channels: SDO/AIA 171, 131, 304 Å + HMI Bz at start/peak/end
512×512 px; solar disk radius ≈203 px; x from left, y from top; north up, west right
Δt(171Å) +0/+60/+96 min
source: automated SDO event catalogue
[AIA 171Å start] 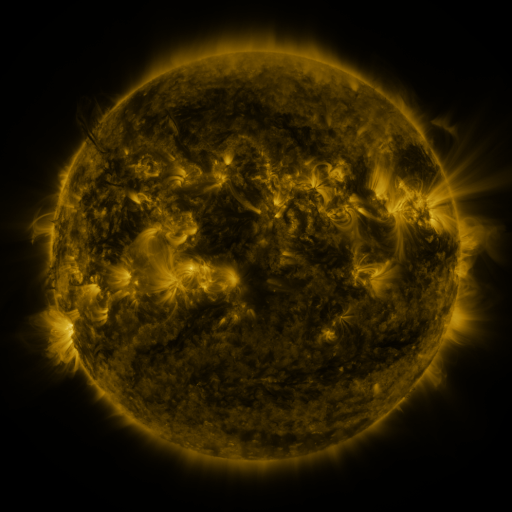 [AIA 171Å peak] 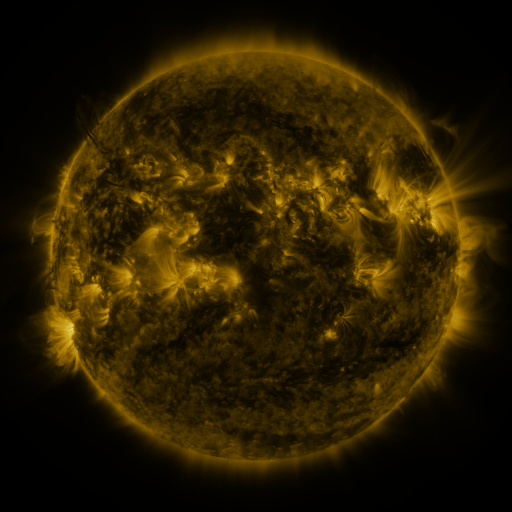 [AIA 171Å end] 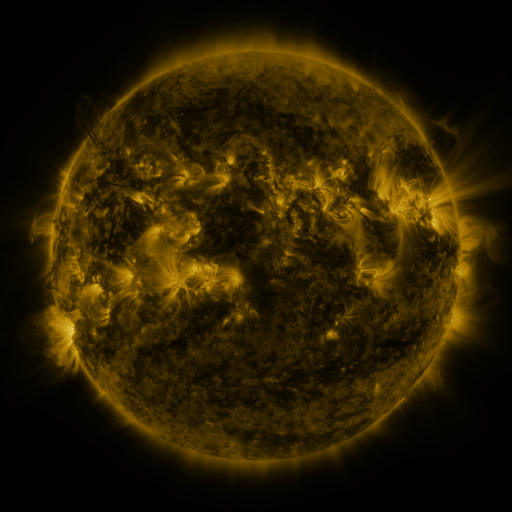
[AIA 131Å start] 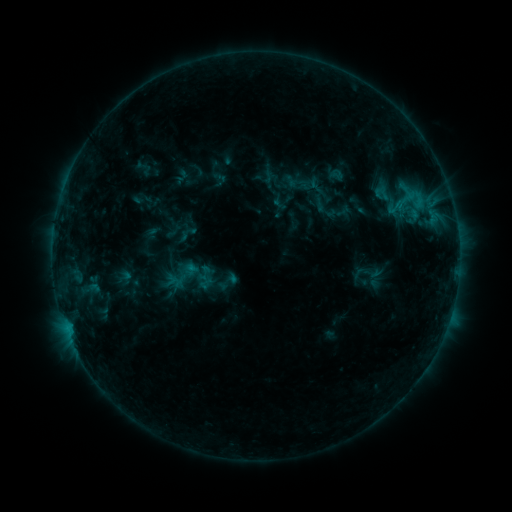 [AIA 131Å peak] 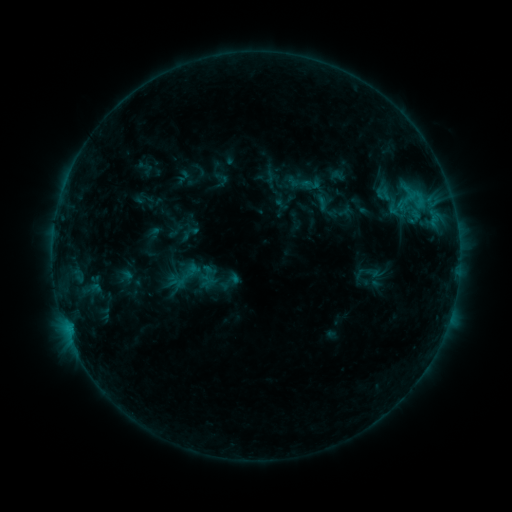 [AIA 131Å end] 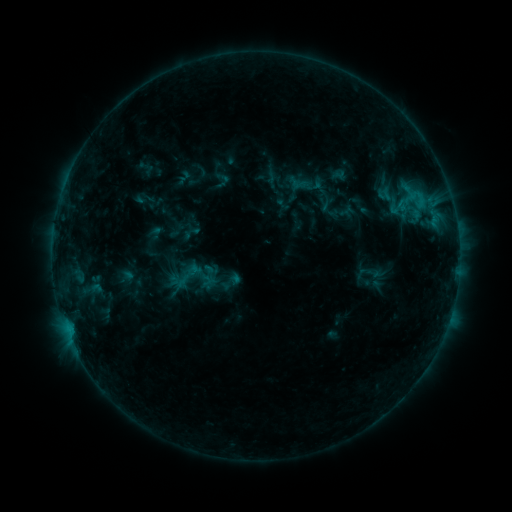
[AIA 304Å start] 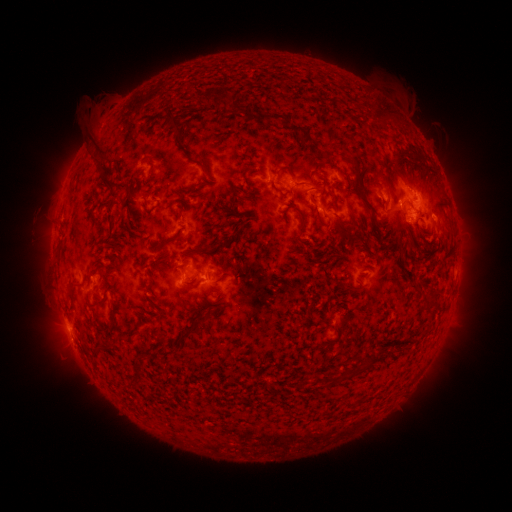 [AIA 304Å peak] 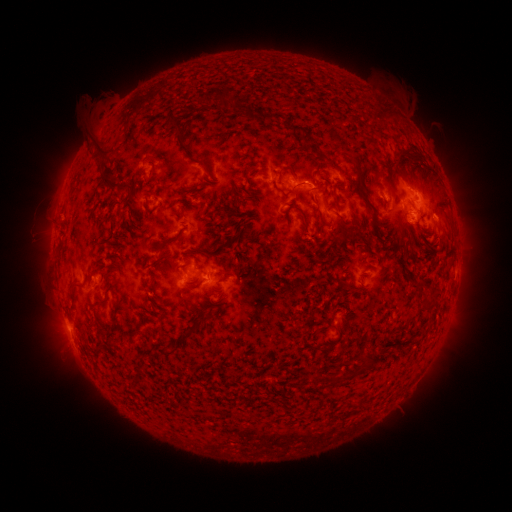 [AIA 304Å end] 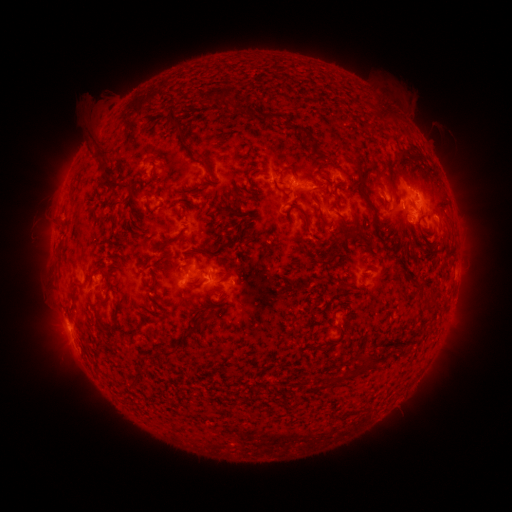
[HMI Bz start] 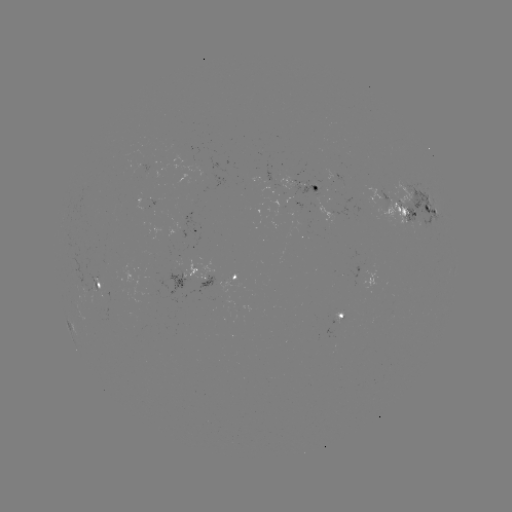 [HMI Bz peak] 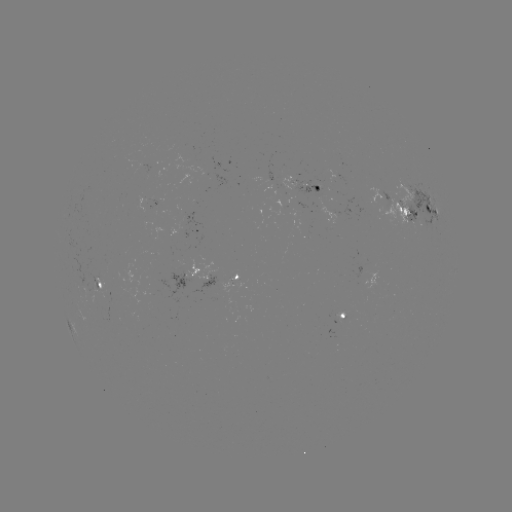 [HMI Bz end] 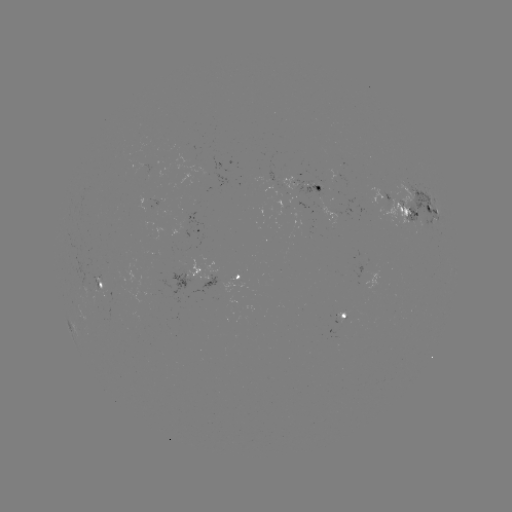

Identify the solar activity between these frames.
emerging-flux region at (87, 290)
